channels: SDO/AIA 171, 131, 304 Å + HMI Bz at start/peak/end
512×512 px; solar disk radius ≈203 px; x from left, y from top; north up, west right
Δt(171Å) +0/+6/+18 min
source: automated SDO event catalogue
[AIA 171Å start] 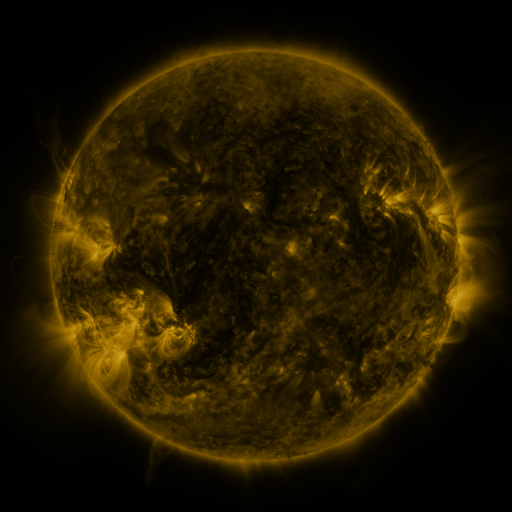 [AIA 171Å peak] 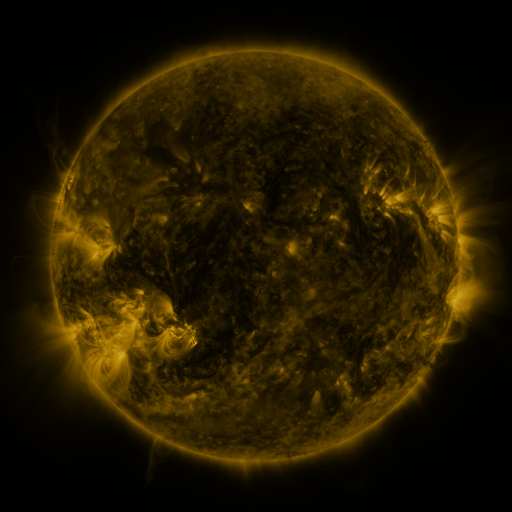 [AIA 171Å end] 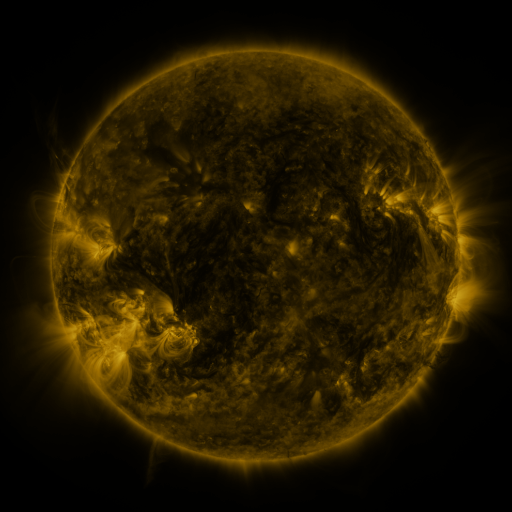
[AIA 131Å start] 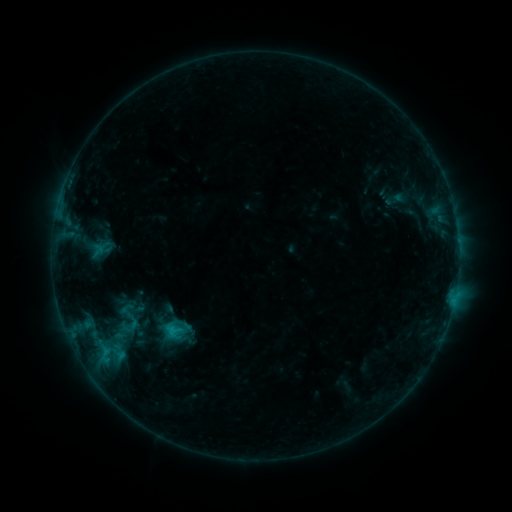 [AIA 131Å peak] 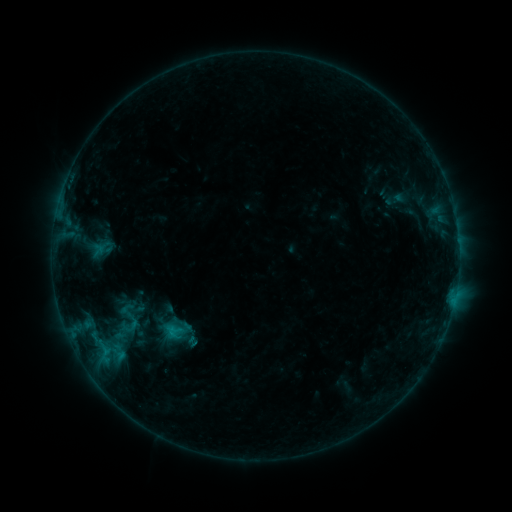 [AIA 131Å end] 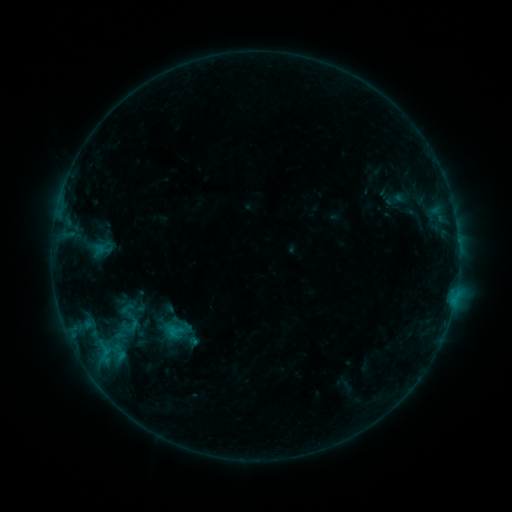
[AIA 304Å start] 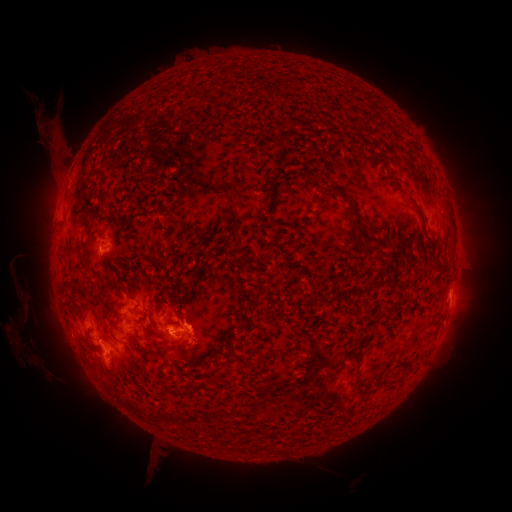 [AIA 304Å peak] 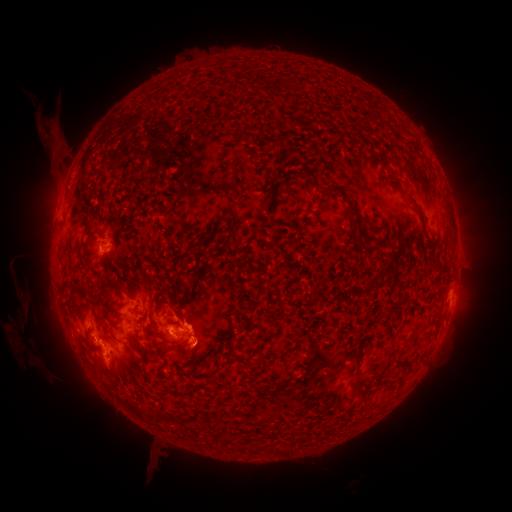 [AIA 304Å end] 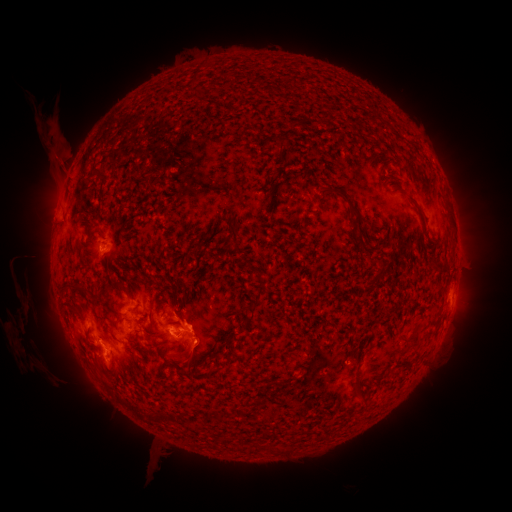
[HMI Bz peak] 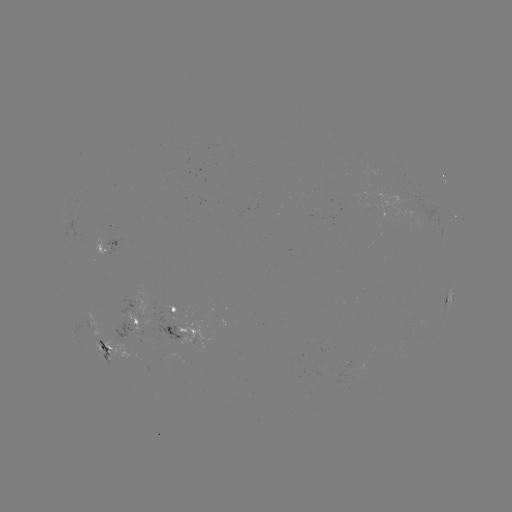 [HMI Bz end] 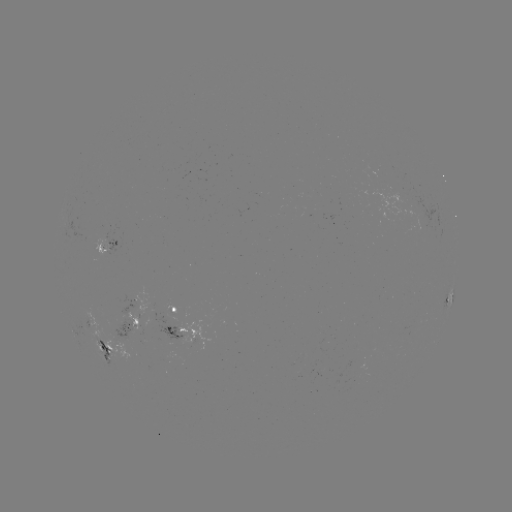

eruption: [164, 309, 223, 384]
